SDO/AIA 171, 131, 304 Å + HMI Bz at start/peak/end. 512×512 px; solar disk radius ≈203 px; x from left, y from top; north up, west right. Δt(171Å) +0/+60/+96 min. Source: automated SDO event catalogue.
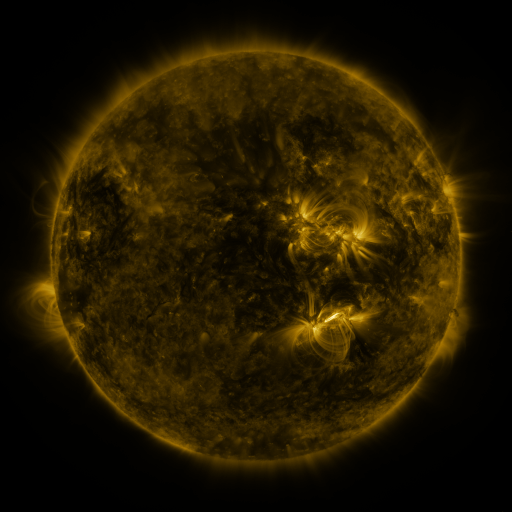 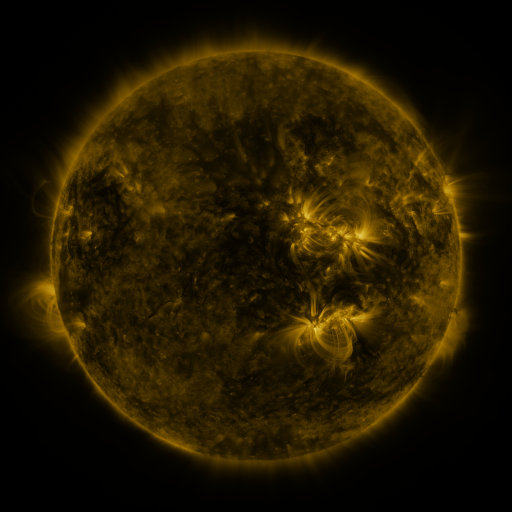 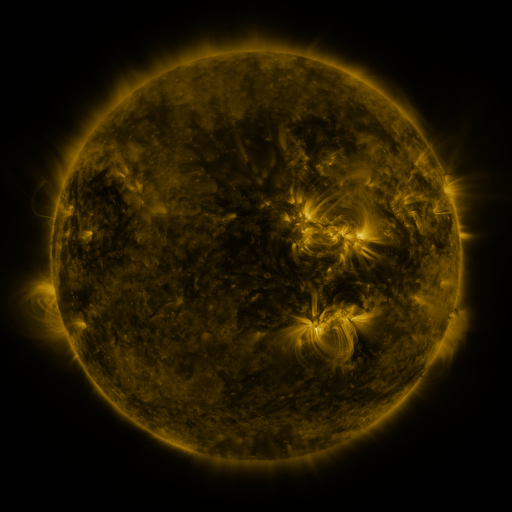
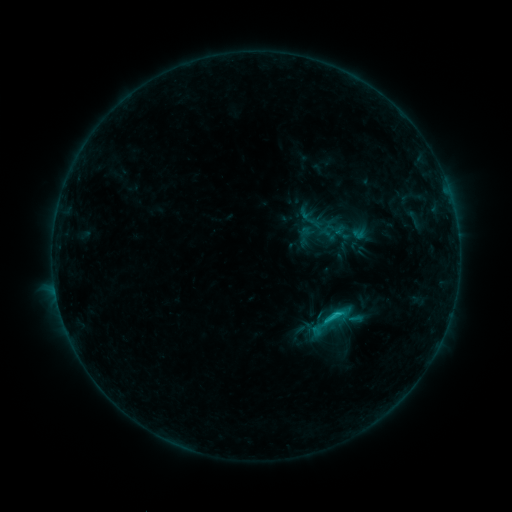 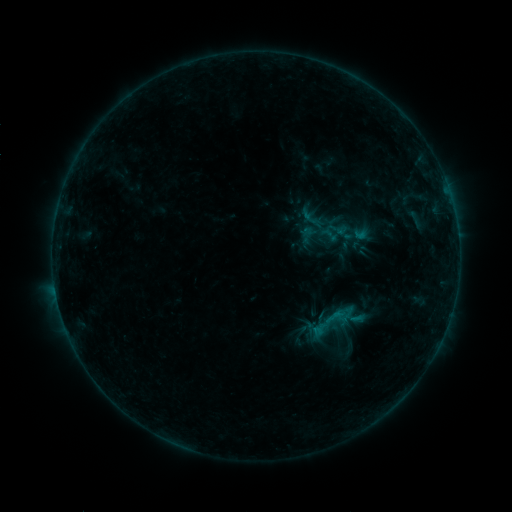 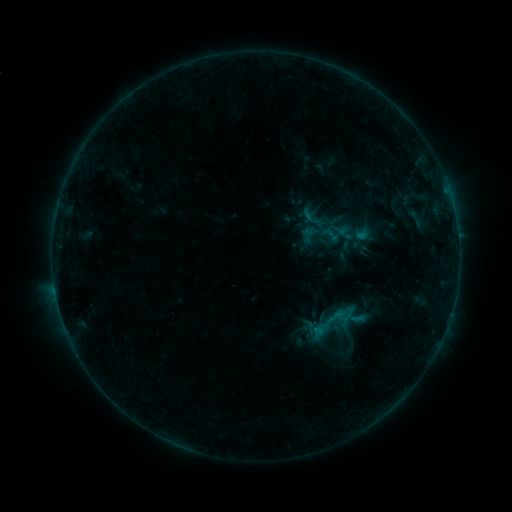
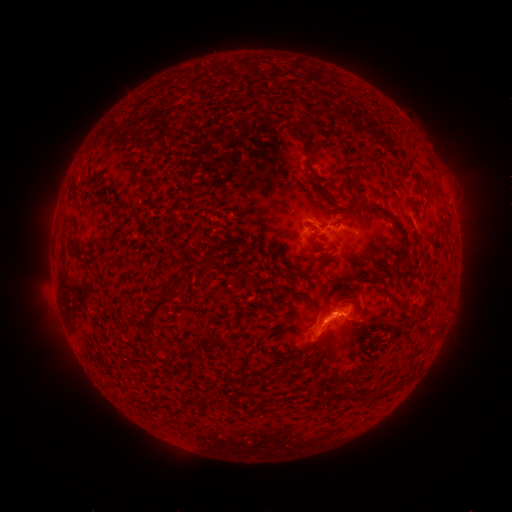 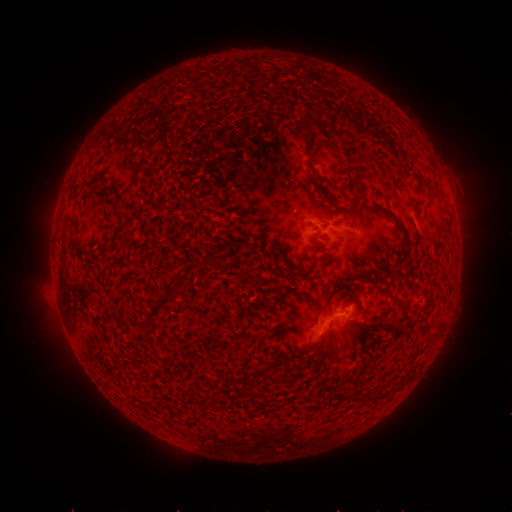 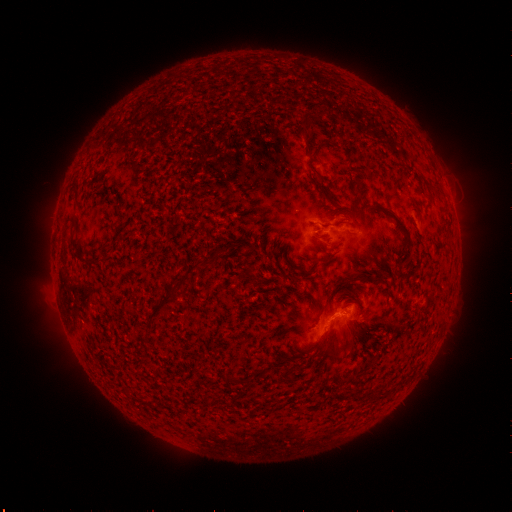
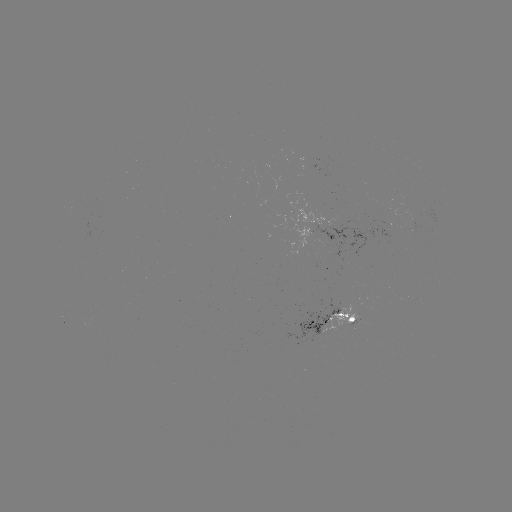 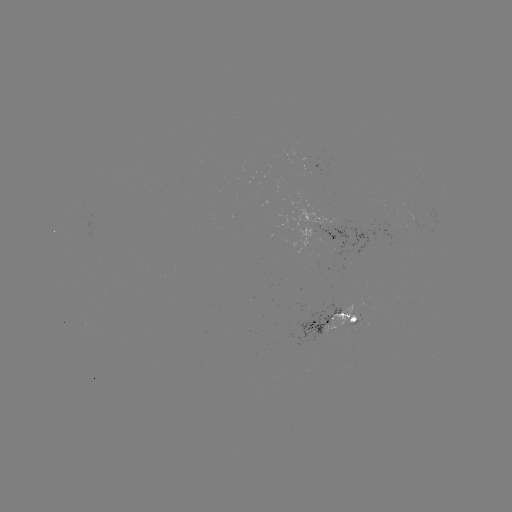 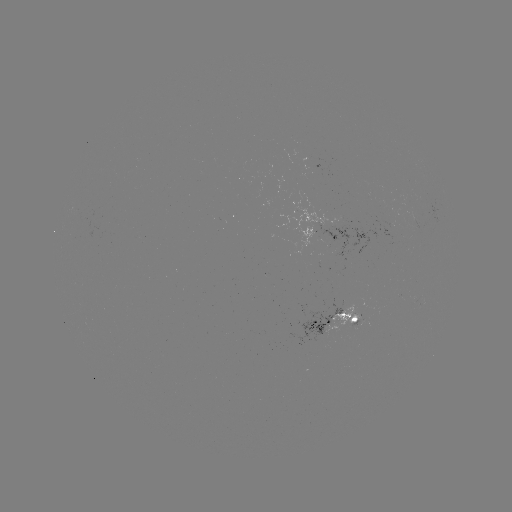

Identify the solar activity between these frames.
emerging-flux region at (327, 237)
